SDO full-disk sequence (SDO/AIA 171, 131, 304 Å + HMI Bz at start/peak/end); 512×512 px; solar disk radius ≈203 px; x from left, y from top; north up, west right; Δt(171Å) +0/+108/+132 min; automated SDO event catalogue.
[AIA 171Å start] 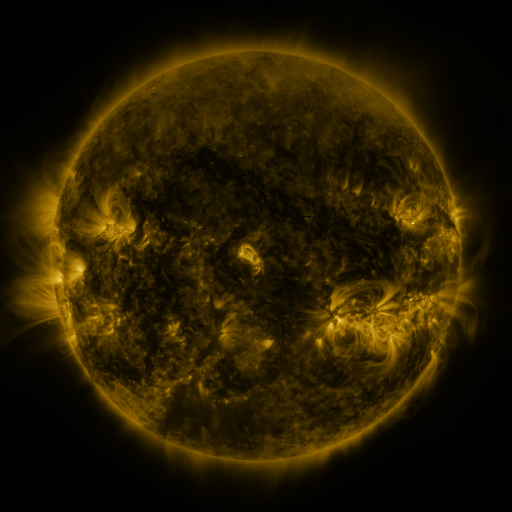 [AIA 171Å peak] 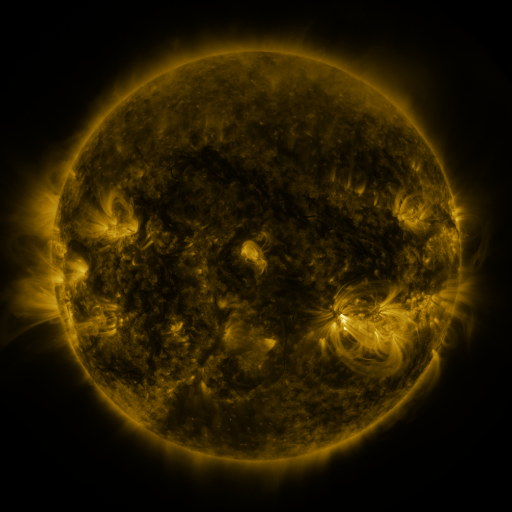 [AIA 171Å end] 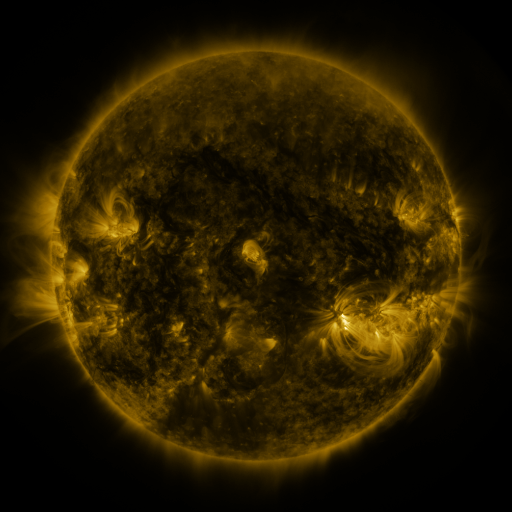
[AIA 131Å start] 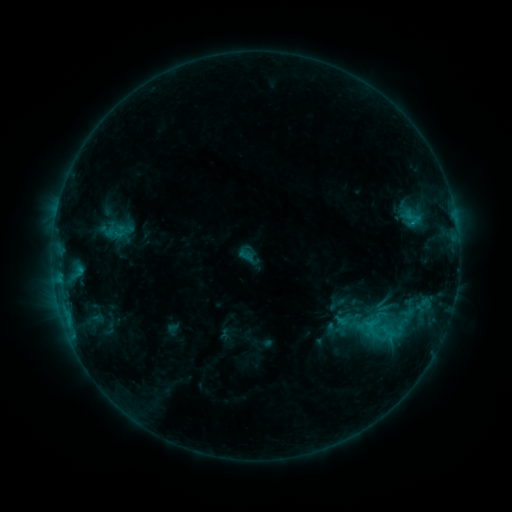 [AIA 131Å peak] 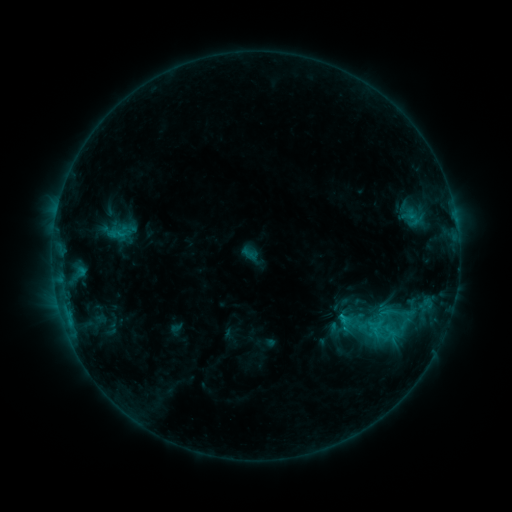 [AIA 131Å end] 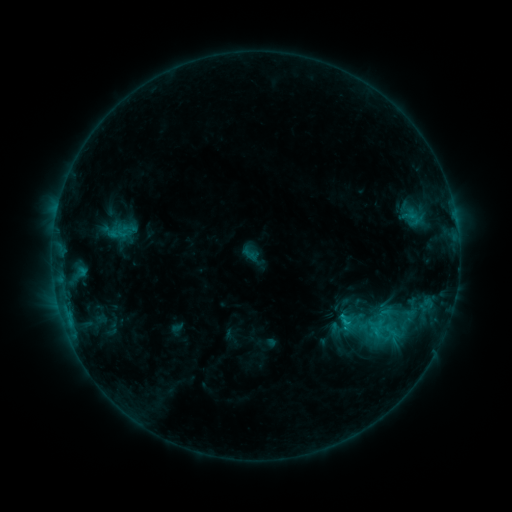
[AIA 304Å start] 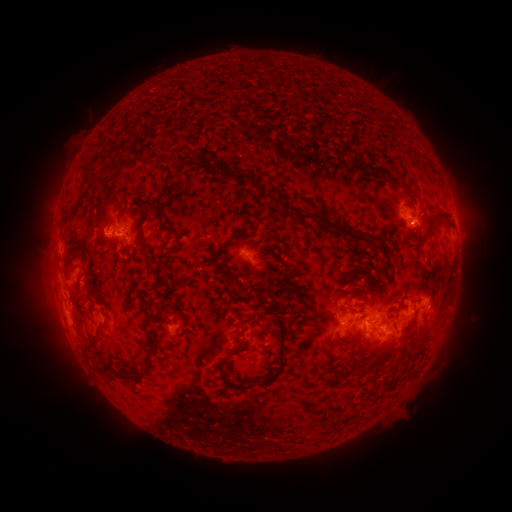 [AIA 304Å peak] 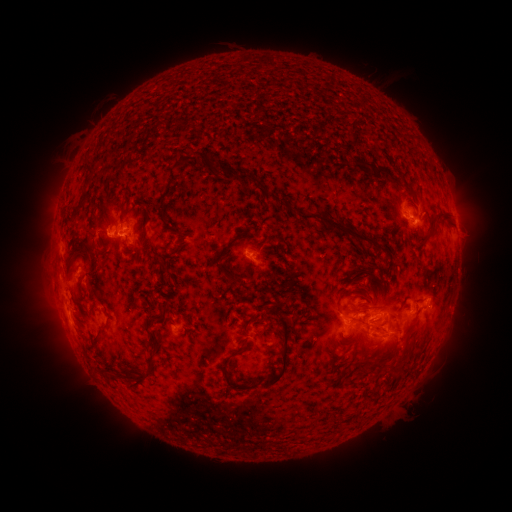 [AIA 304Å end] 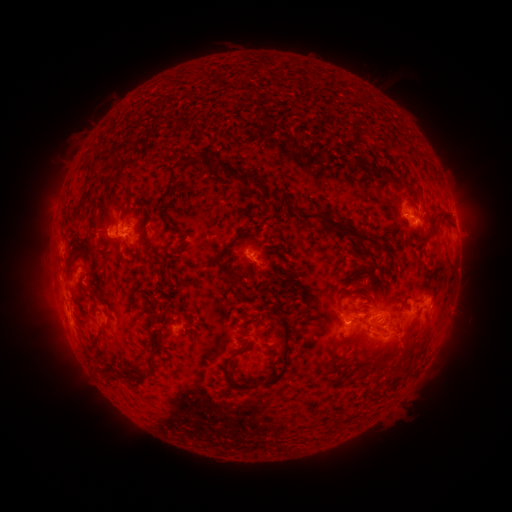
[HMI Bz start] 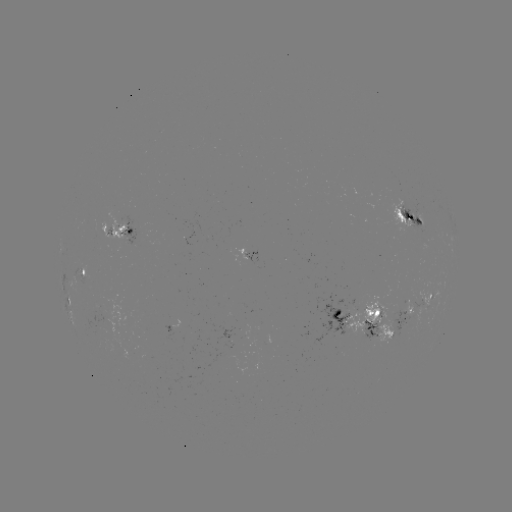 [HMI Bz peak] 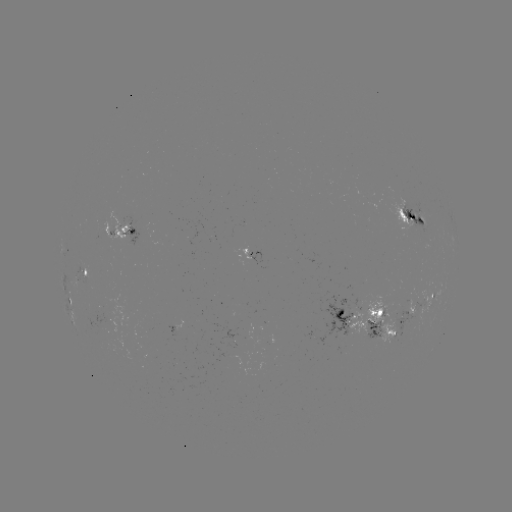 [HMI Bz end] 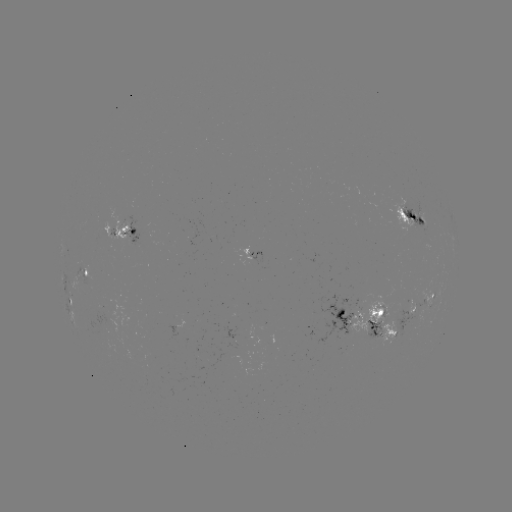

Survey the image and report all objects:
emerging-flux region: (392, 334)
